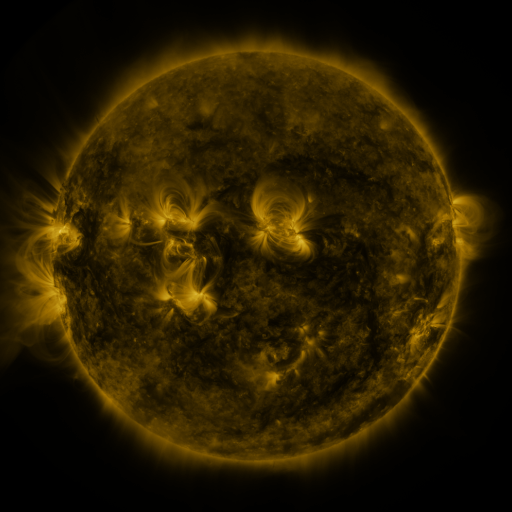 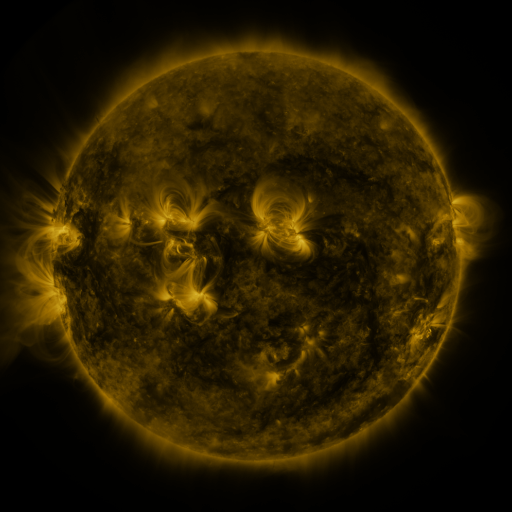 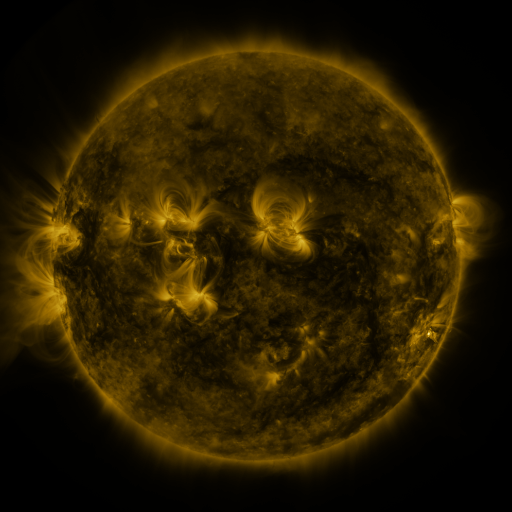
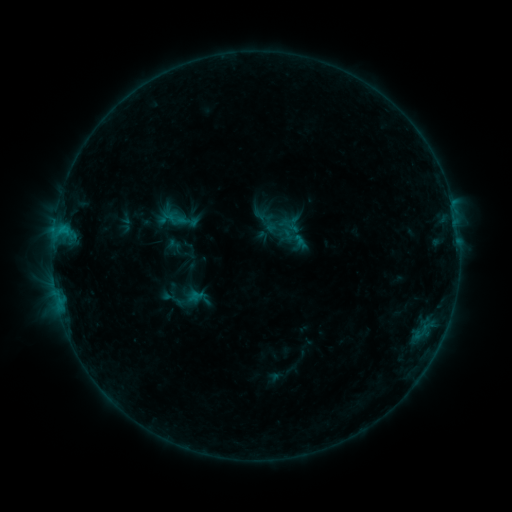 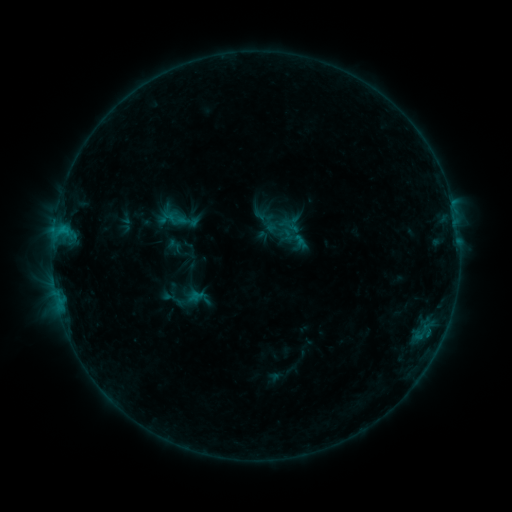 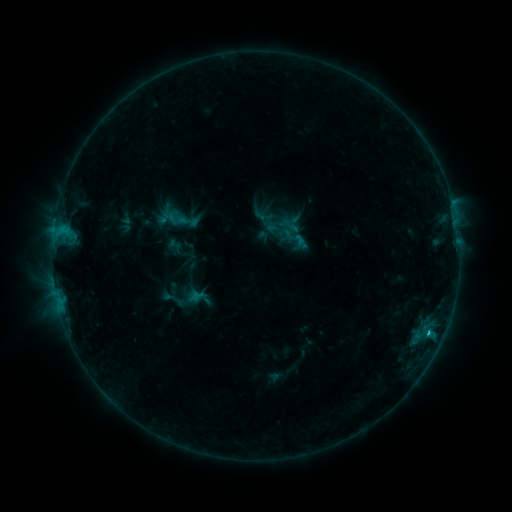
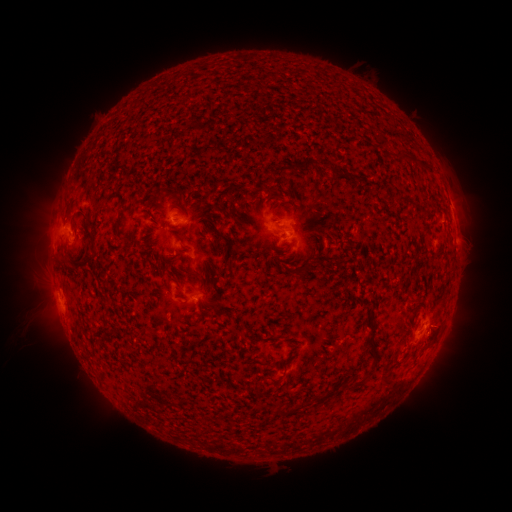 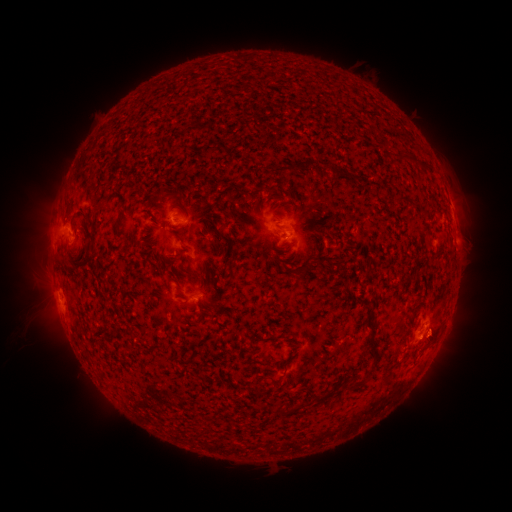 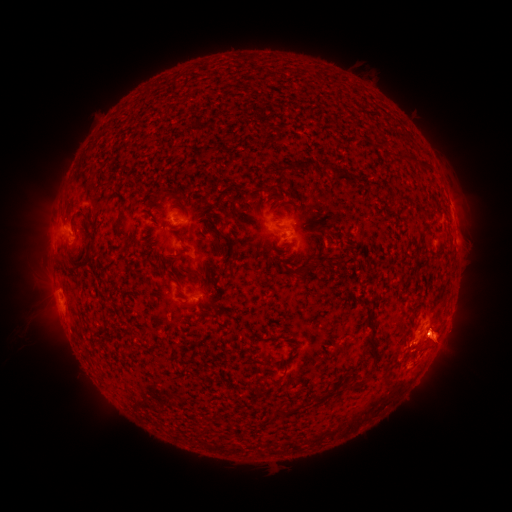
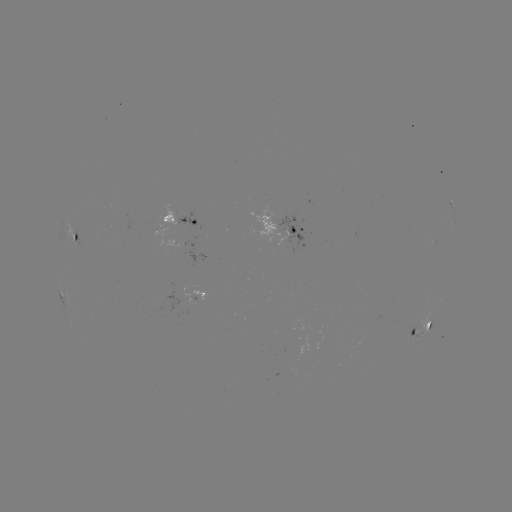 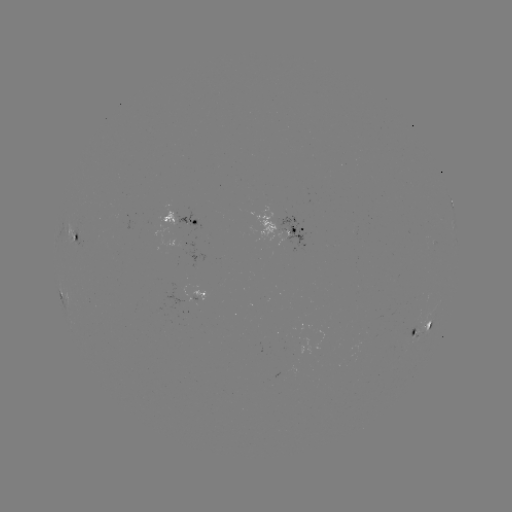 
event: flare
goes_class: B8.2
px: (429, 328)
